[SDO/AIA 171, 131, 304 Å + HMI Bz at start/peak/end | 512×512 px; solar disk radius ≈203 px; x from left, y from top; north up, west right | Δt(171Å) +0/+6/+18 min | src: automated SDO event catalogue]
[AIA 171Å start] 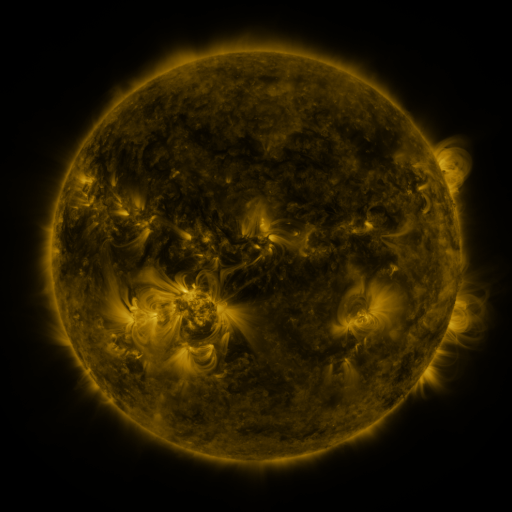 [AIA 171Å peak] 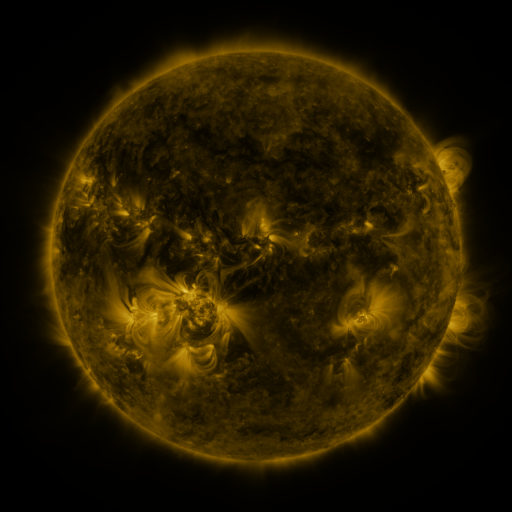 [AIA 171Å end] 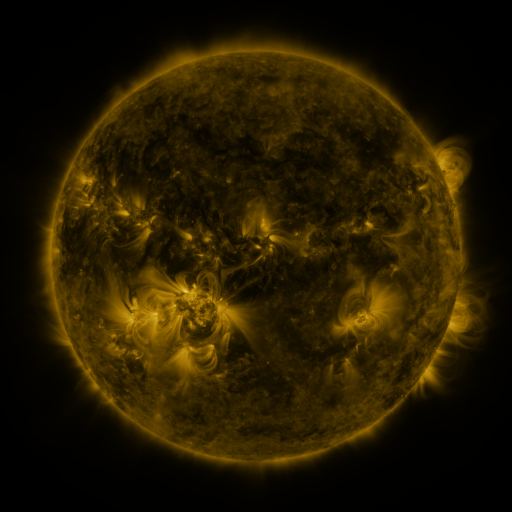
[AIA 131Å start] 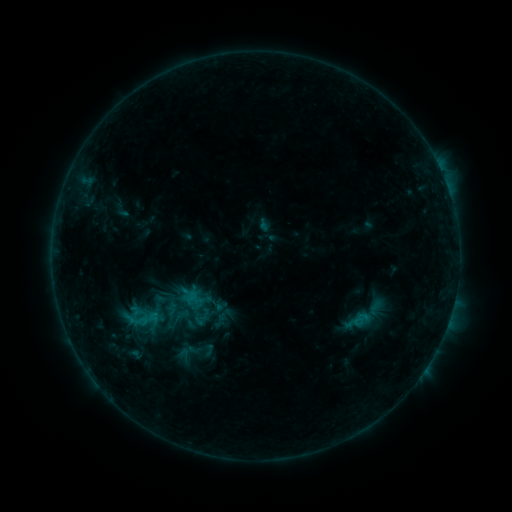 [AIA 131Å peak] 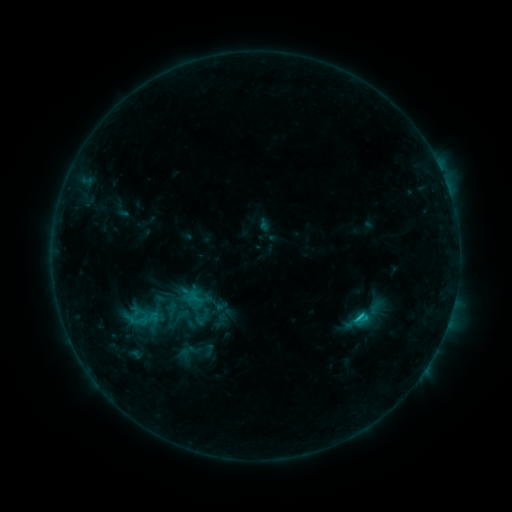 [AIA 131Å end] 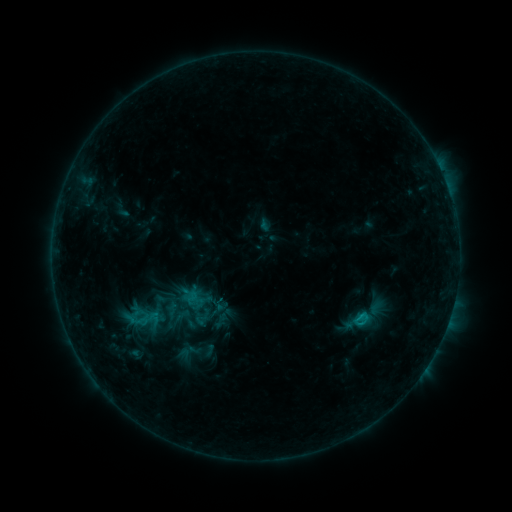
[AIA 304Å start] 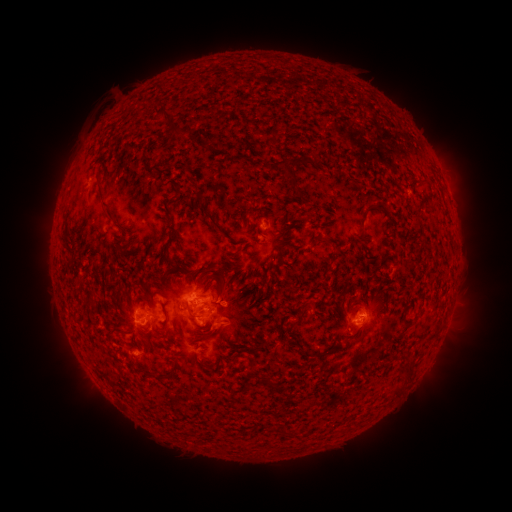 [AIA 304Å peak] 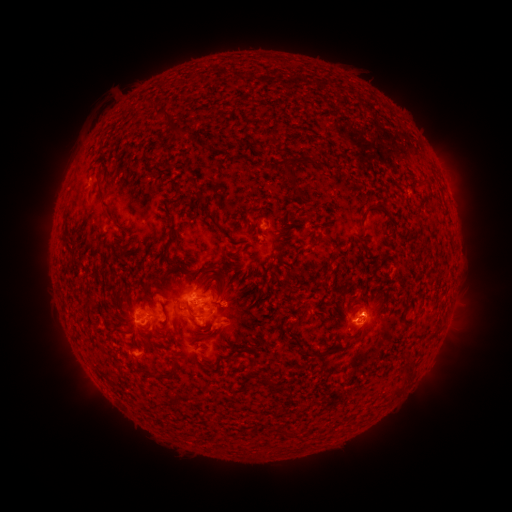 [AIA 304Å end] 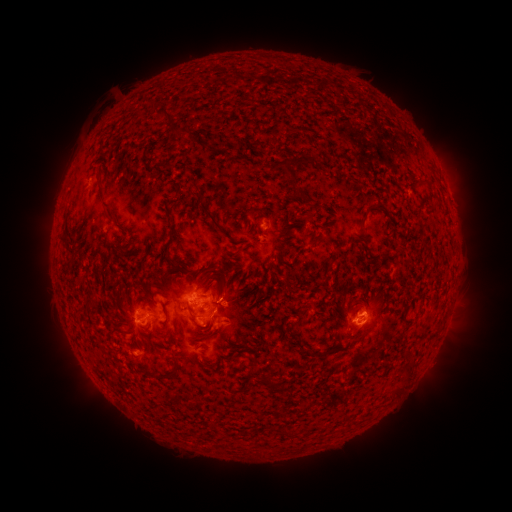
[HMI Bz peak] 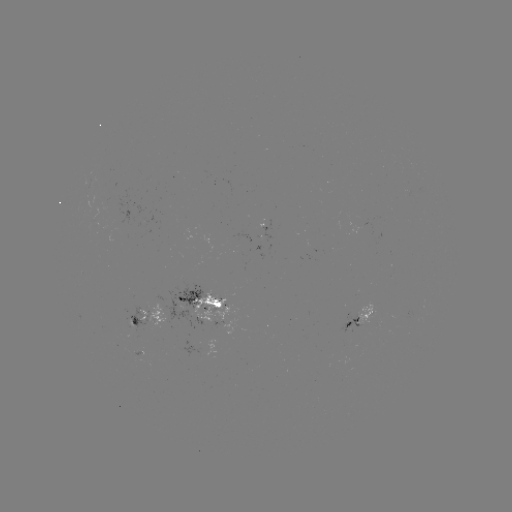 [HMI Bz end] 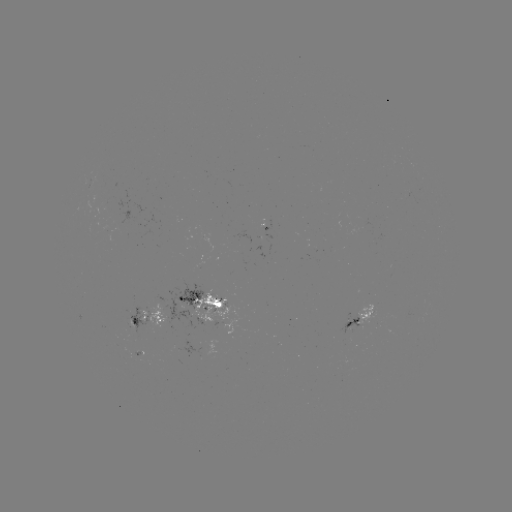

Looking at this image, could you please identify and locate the C1.1 flare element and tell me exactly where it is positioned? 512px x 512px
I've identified C1.1 flare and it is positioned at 357,315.